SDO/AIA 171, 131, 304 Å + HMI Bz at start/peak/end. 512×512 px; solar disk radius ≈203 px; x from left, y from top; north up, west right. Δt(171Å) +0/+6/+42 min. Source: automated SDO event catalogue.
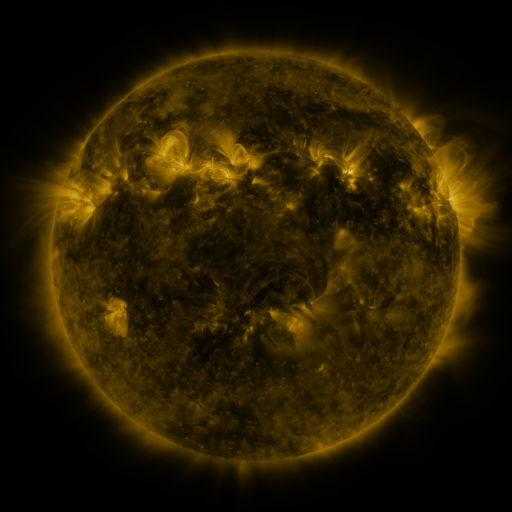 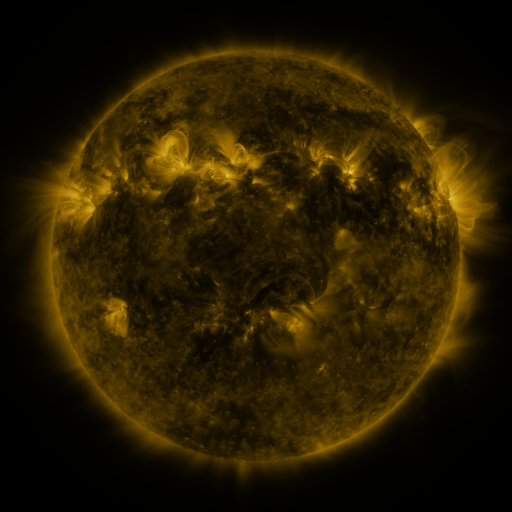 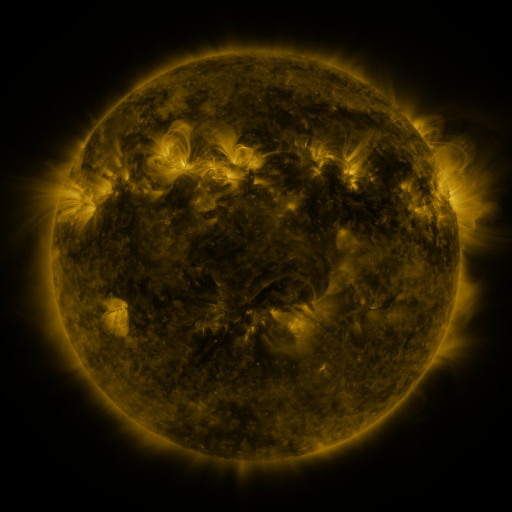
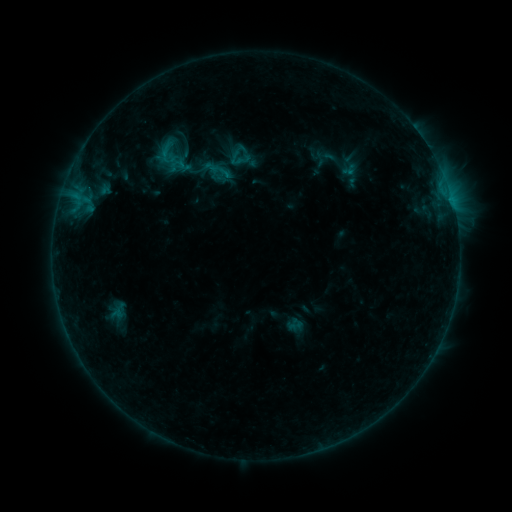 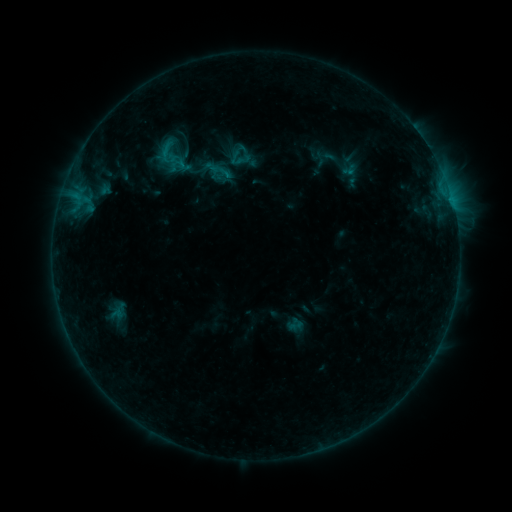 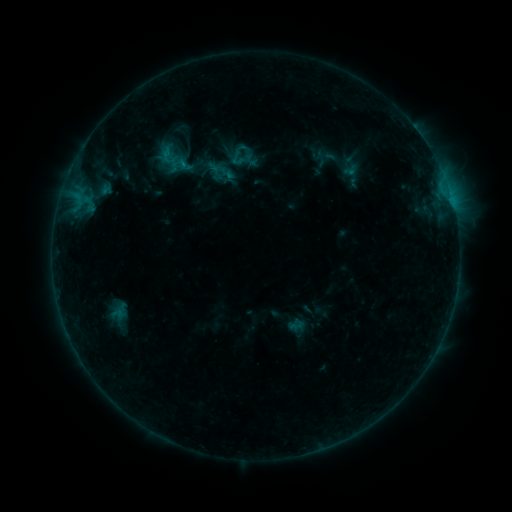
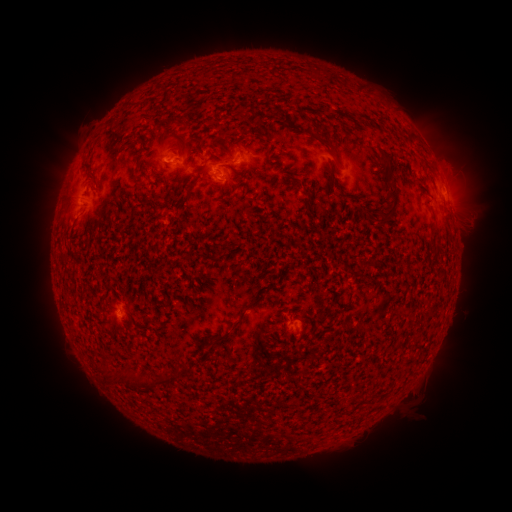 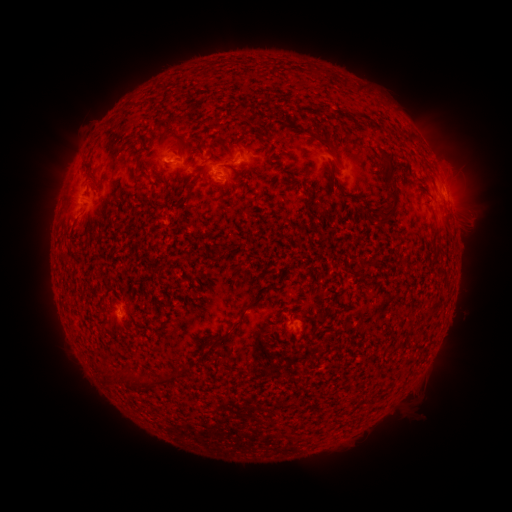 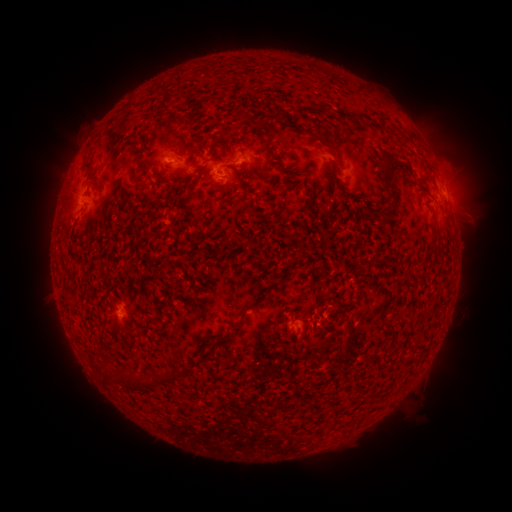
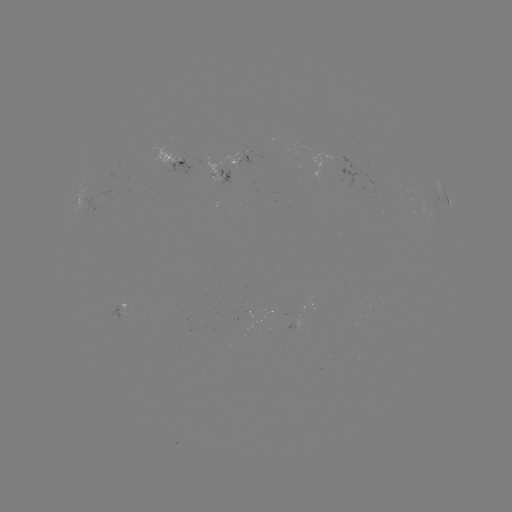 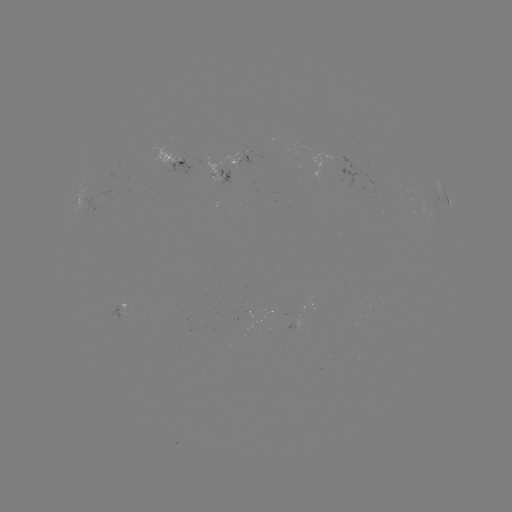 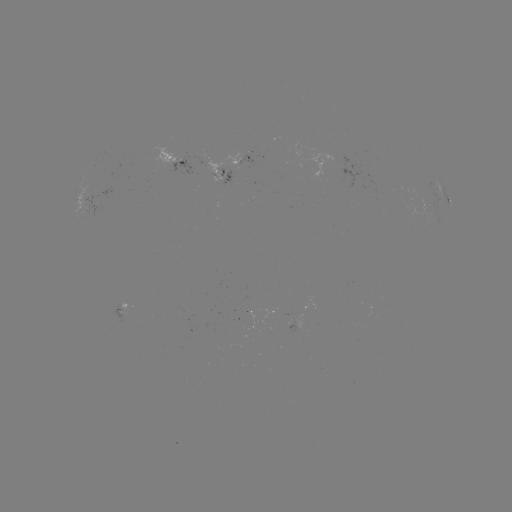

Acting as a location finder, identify emerging-flux region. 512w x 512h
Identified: [295, 322].